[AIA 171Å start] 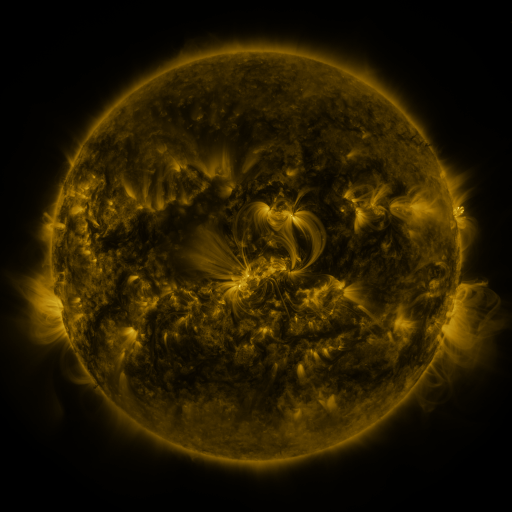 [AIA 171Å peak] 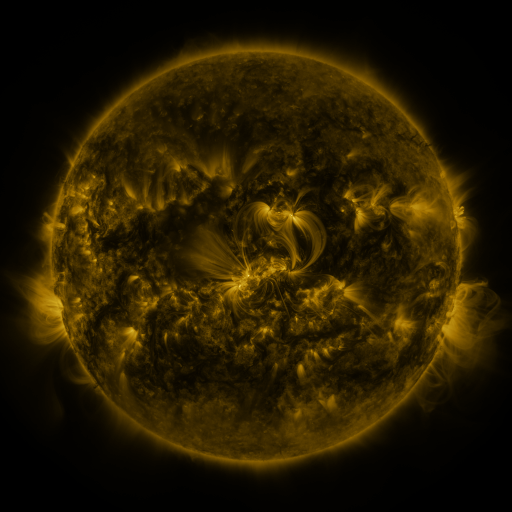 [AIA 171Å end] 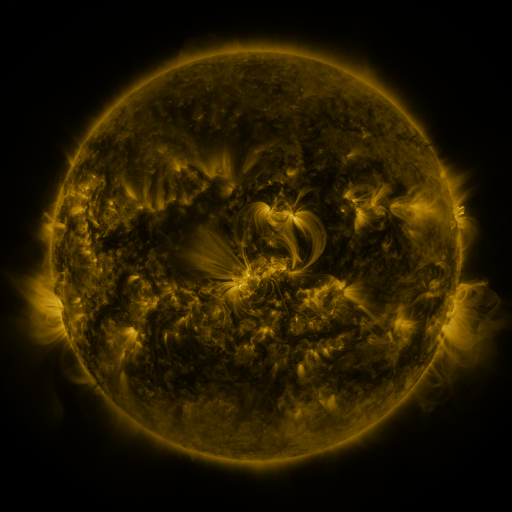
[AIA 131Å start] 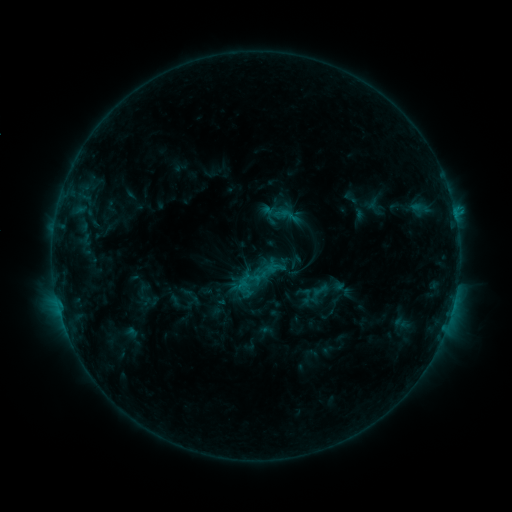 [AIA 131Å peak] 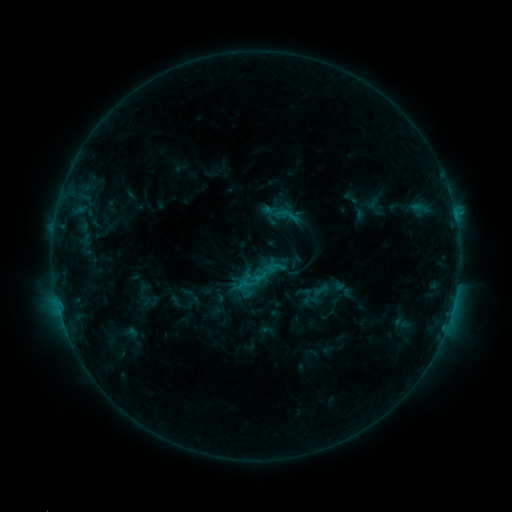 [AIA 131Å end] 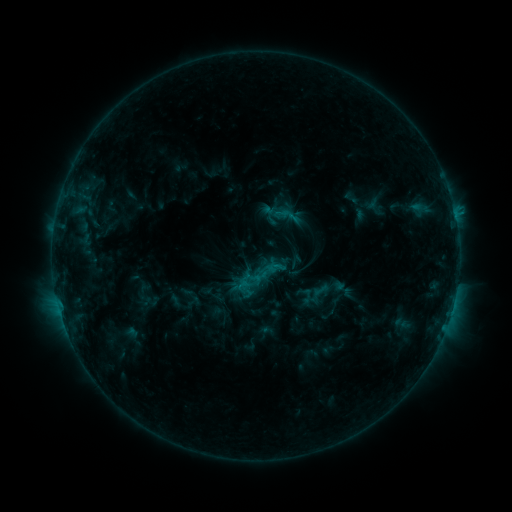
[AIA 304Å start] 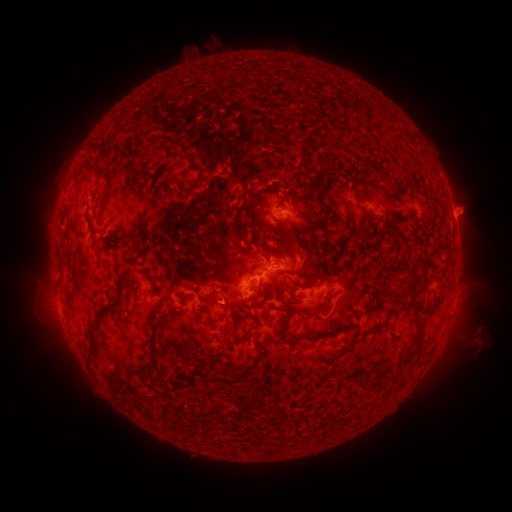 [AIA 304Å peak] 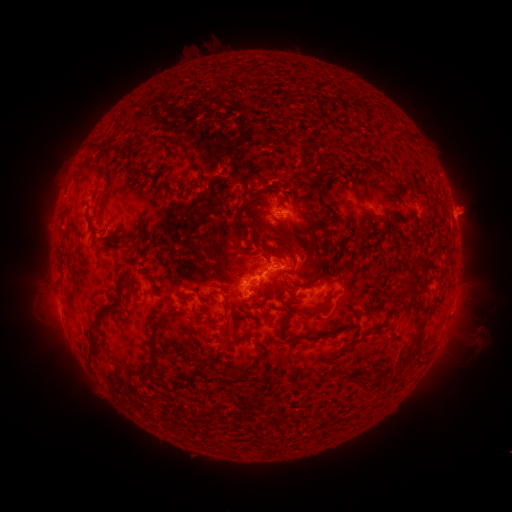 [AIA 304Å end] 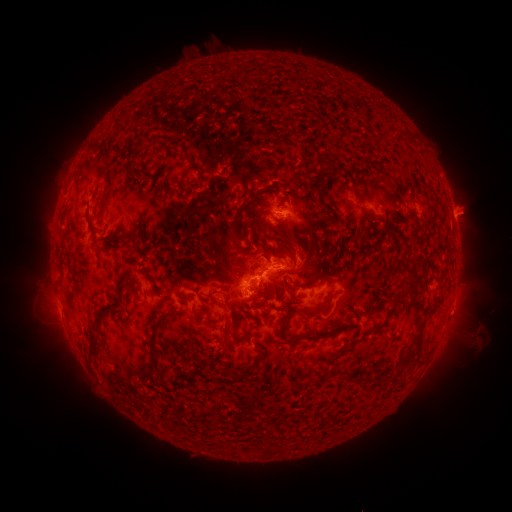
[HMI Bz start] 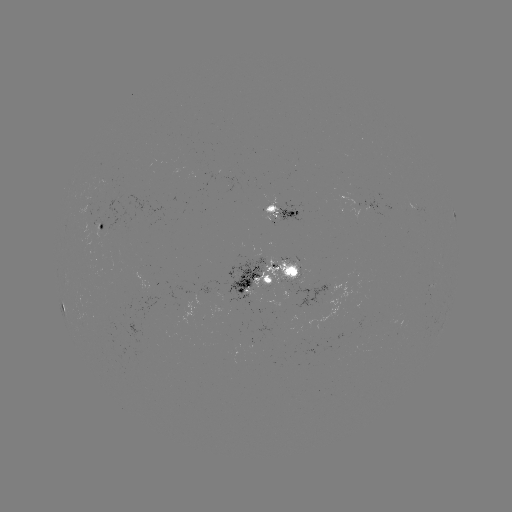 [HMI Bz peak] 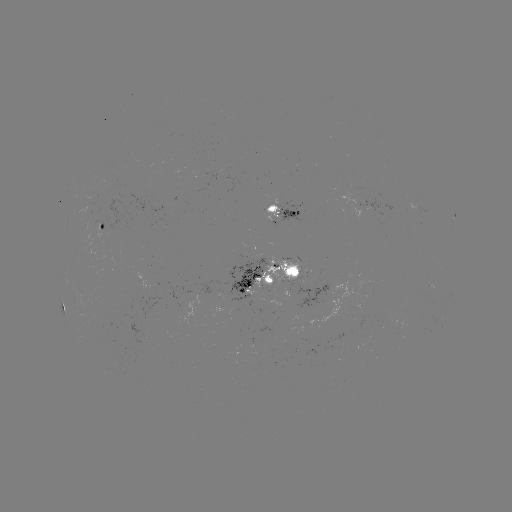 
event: eruption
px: (221, 303)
